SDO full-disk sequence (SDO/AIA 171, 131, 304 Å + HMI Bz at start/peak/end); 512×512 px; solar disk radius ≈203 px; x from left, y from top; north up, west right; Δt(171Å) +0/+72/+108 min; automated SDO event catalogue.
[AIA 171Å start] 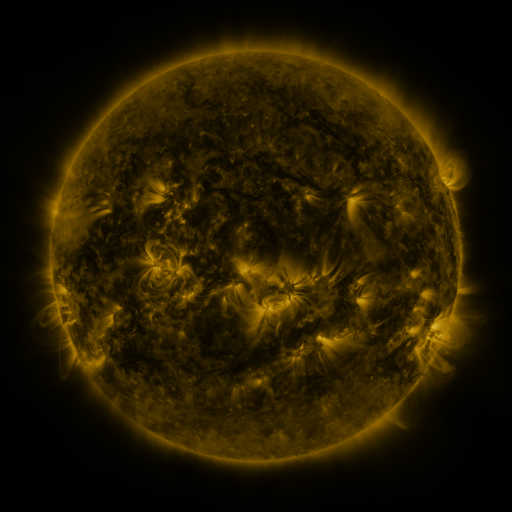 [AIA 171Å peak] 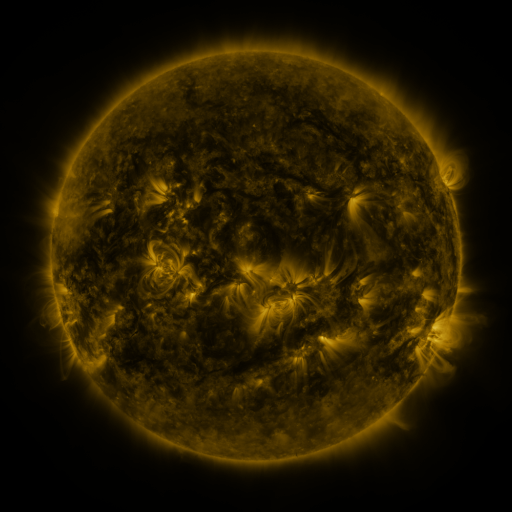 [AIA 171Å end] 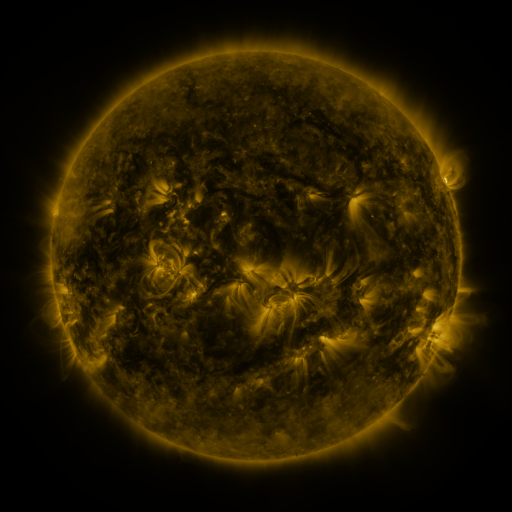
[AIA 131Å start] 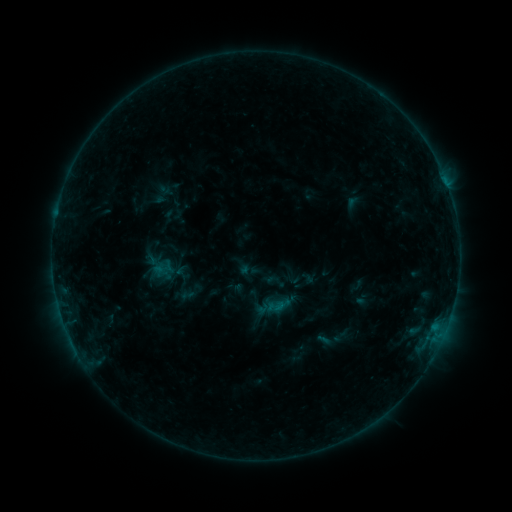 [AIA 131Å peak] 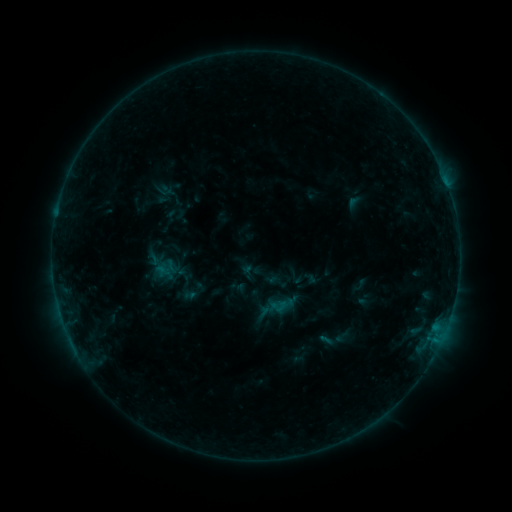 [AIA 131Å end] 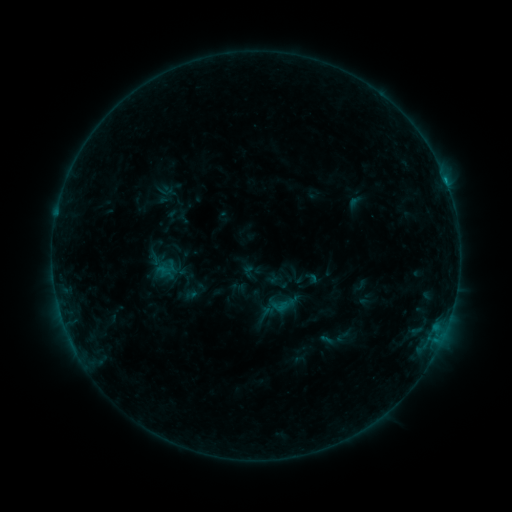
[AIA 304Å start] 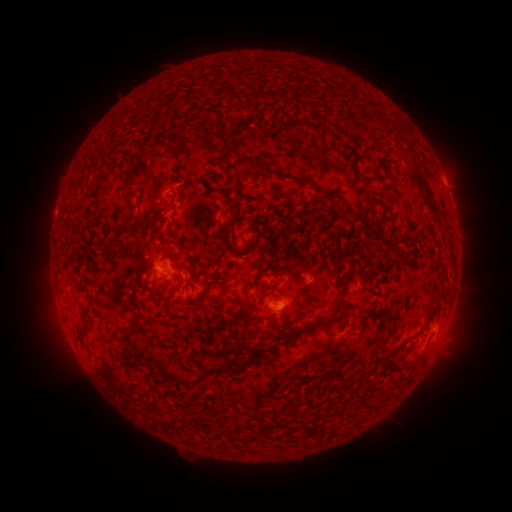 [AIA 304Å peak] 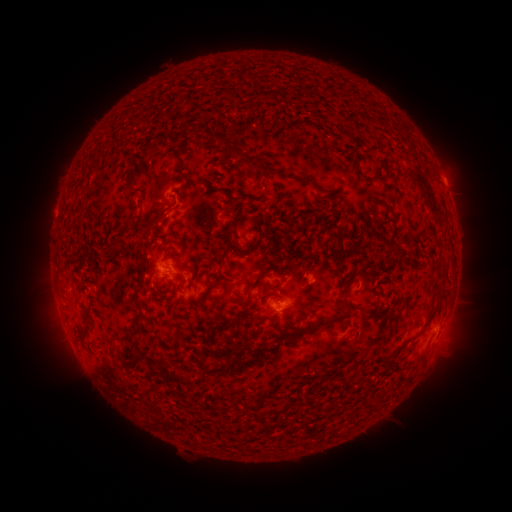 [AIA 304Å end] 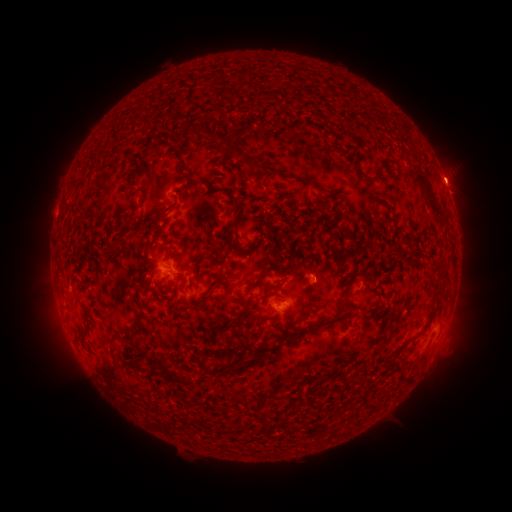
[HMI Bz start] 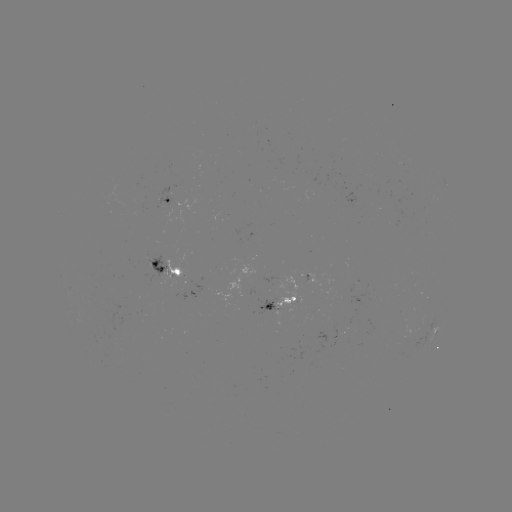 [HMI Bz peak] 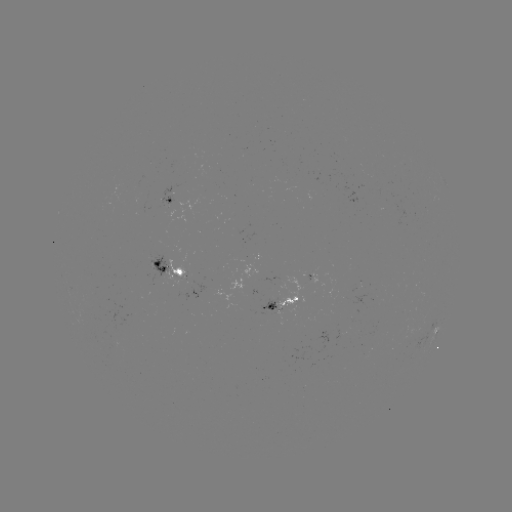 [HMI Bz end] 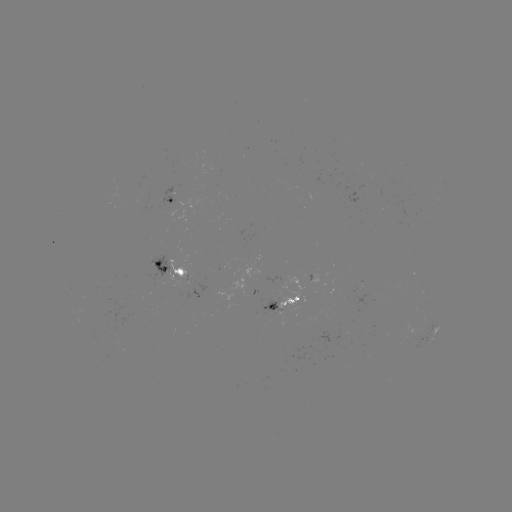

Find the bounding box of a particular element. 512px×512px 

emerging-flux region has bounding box [148, 271, 156, 286].